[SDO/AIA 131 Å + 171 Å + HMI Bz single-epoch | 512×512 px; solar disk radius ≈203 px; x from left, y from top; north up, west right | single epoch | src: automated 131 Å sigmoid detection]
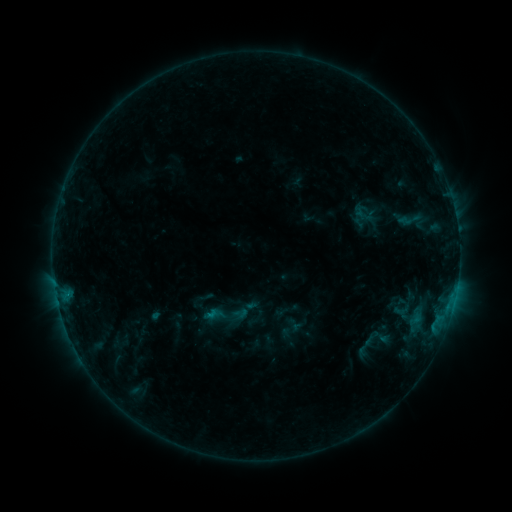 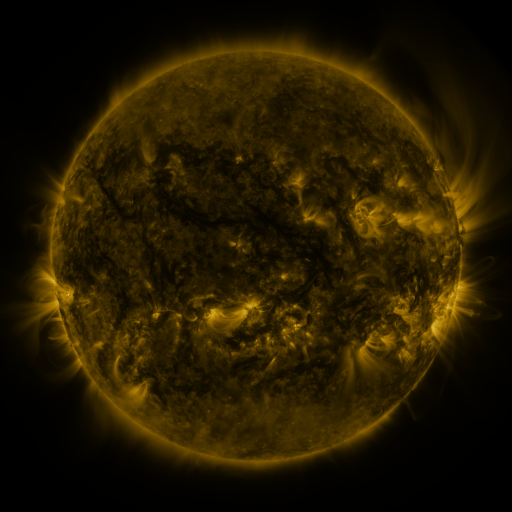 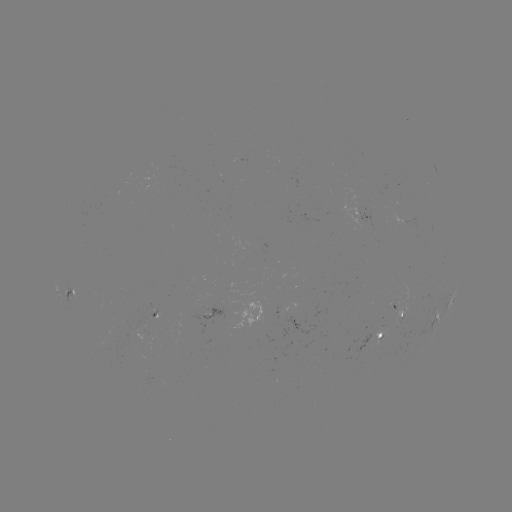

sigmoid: [396, 207, 424, 232]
